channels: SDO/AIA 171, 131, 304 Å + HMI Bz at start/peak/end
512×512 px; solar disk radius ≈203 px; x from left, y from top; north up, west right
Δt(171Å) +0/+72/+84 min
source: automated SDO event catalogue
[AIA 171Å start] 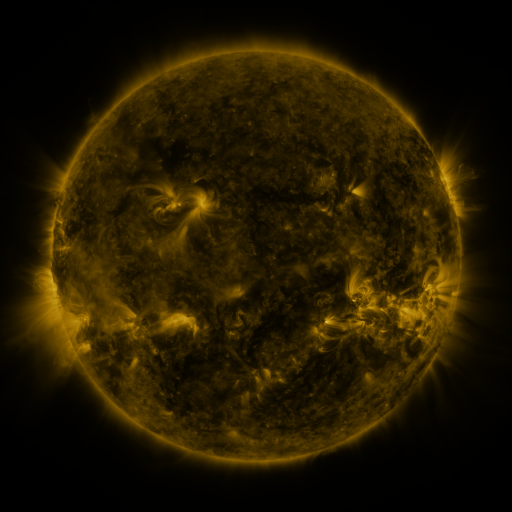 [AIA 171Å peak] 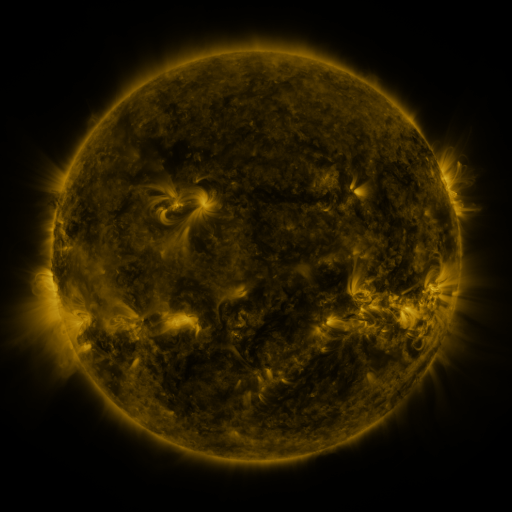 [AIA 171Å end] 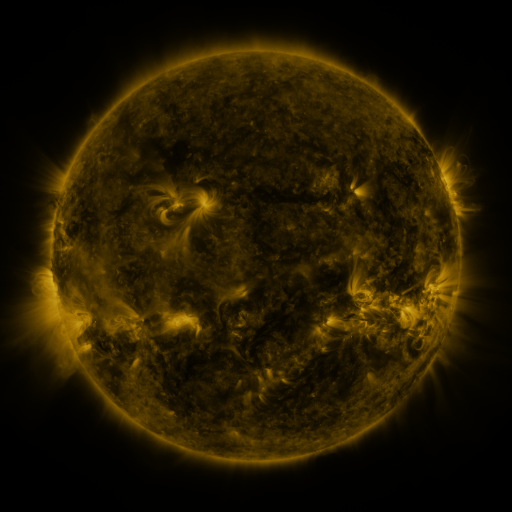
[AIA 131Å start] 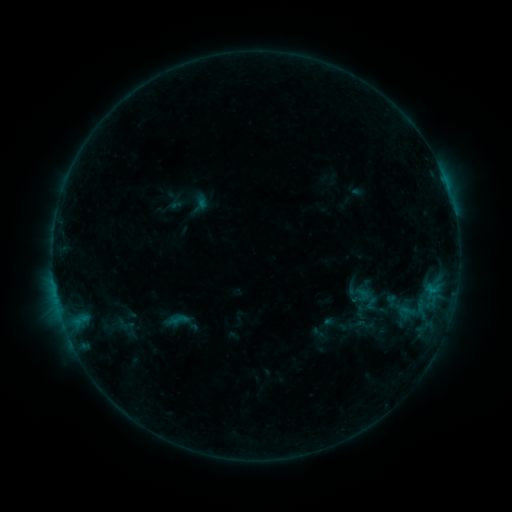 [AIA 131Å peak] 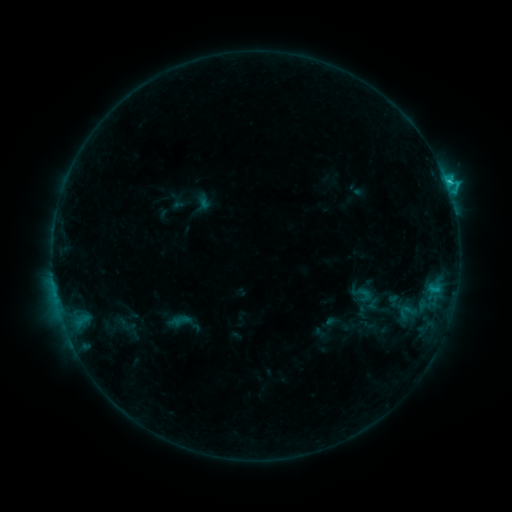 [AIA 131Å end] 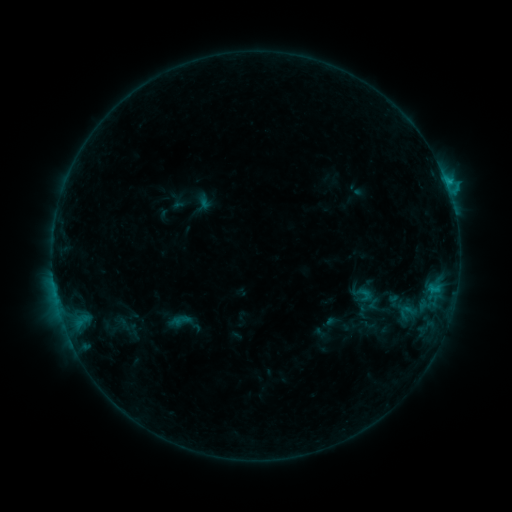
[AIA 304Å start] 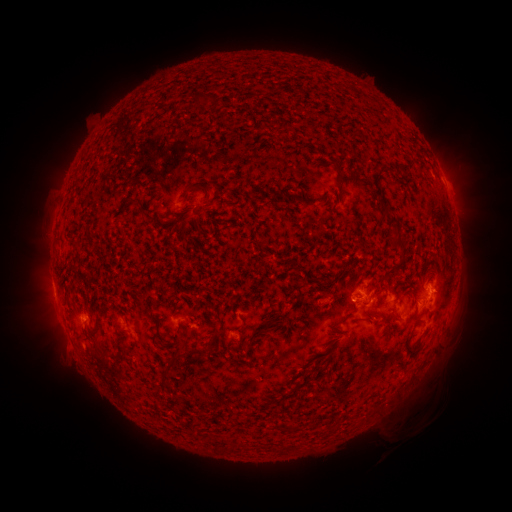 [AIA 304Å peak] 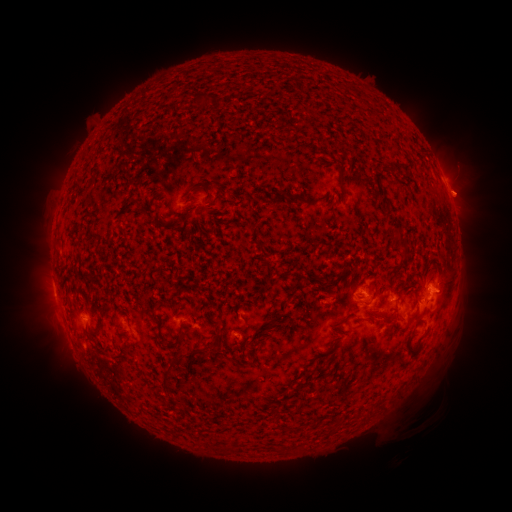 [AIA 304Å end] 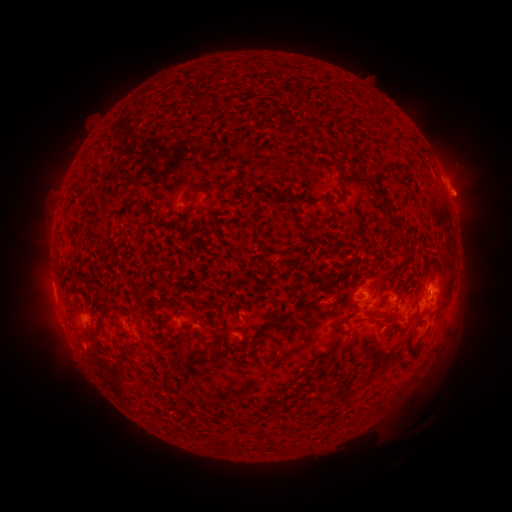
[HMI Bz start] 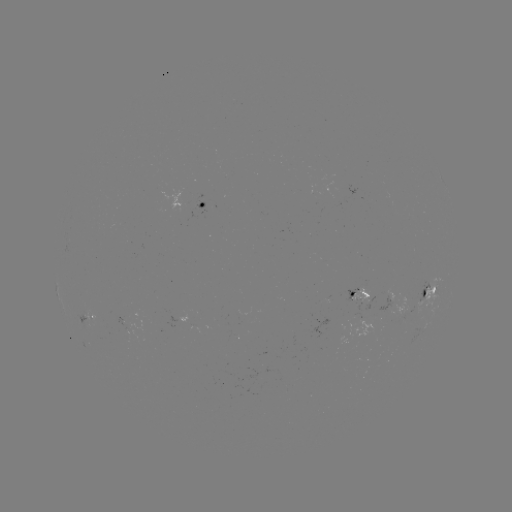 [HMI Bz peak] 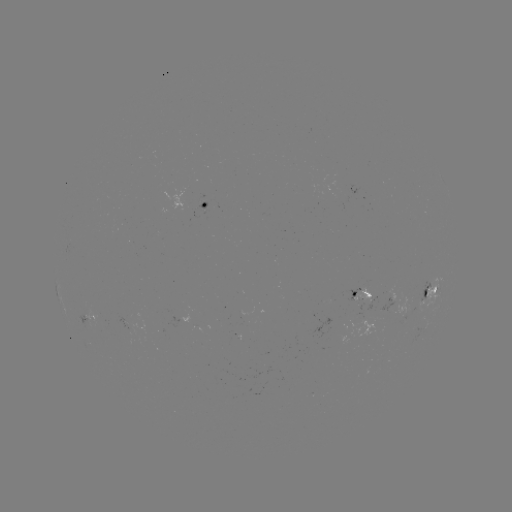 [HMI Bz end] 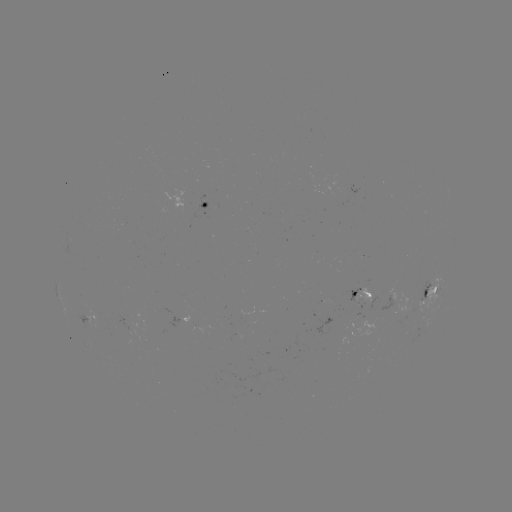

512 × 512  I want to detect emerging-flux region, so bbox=[317, 298, 329, 302].